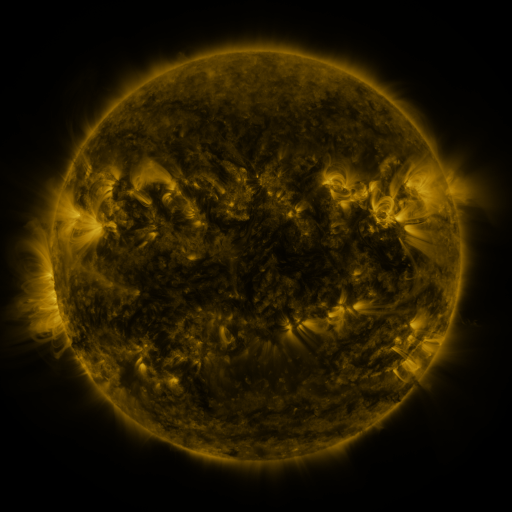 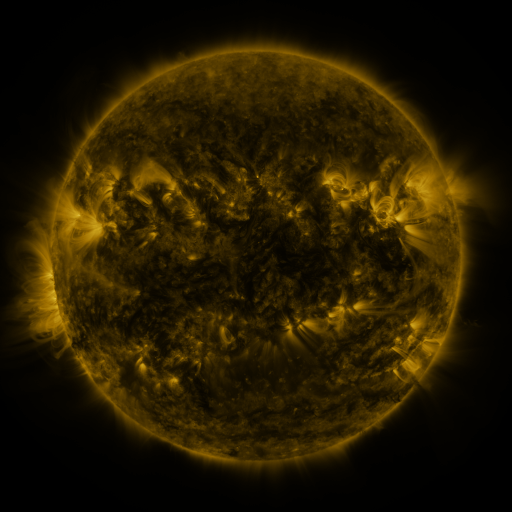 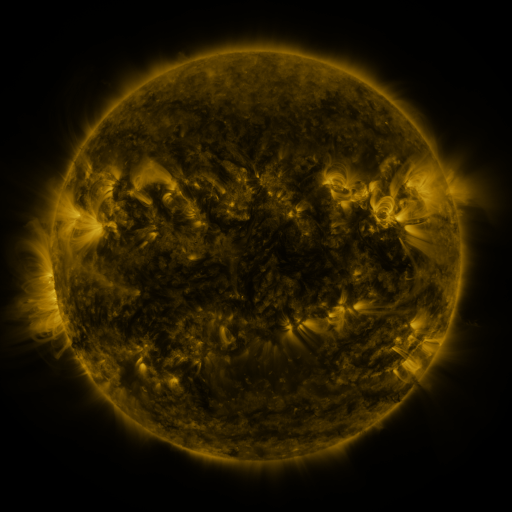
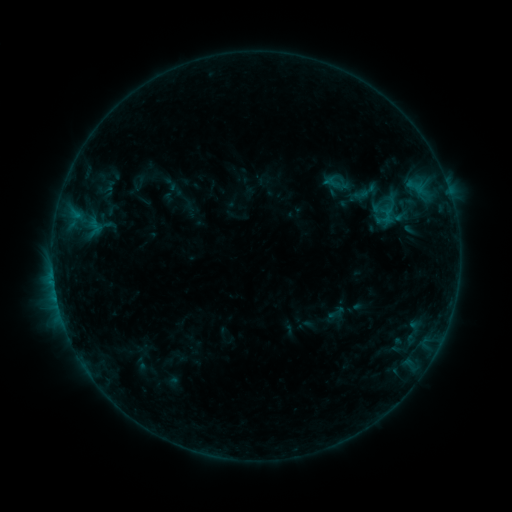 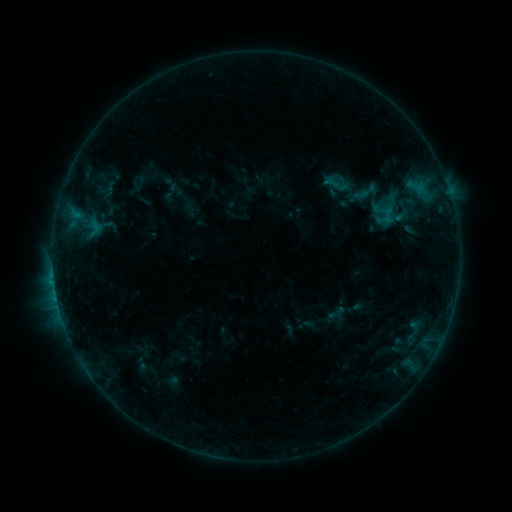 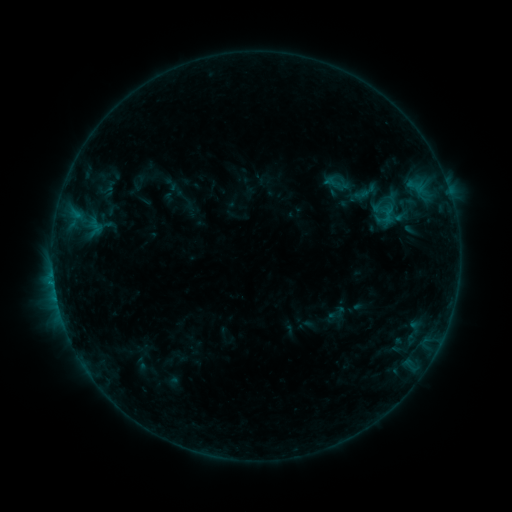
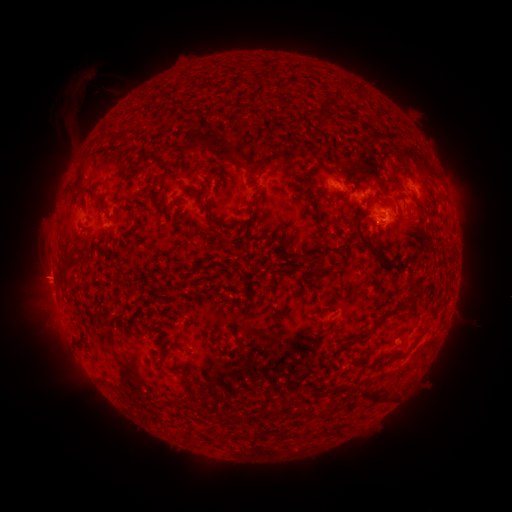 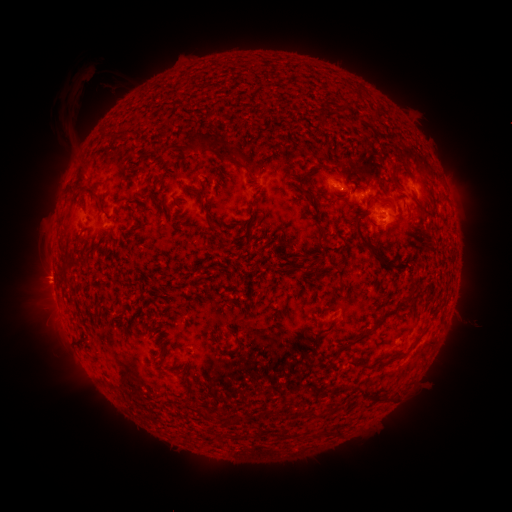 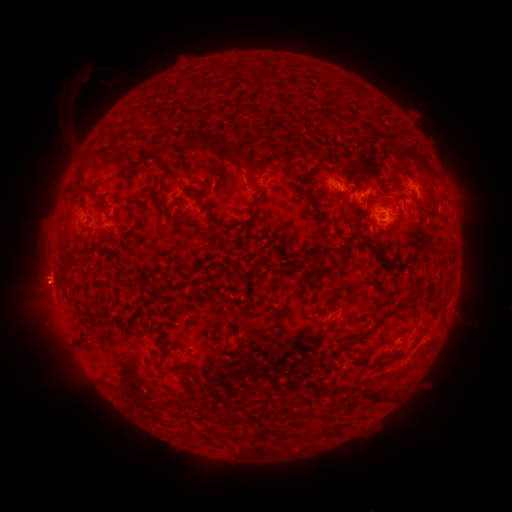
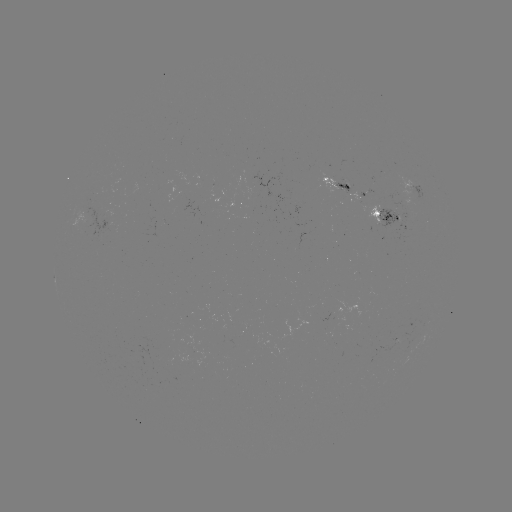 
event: eruption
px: (43, 286)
